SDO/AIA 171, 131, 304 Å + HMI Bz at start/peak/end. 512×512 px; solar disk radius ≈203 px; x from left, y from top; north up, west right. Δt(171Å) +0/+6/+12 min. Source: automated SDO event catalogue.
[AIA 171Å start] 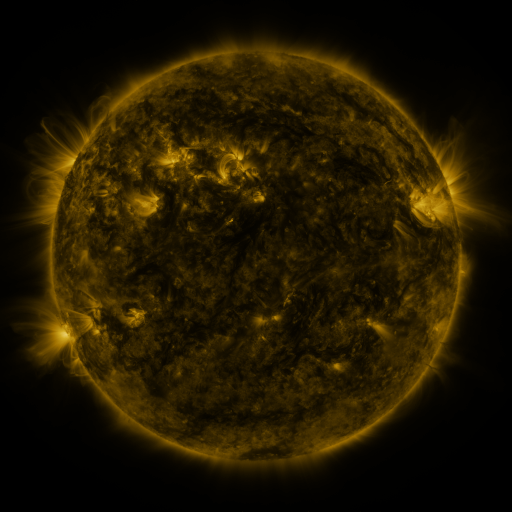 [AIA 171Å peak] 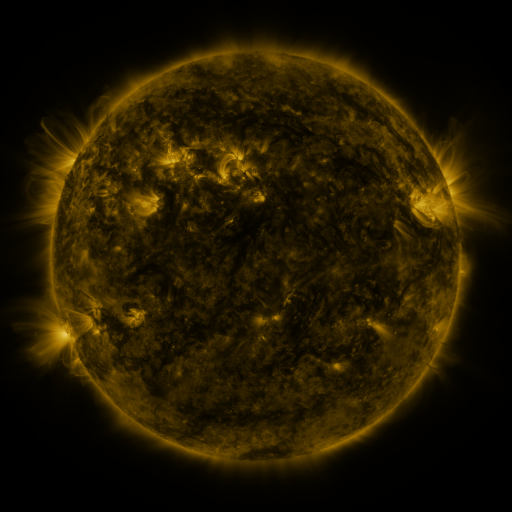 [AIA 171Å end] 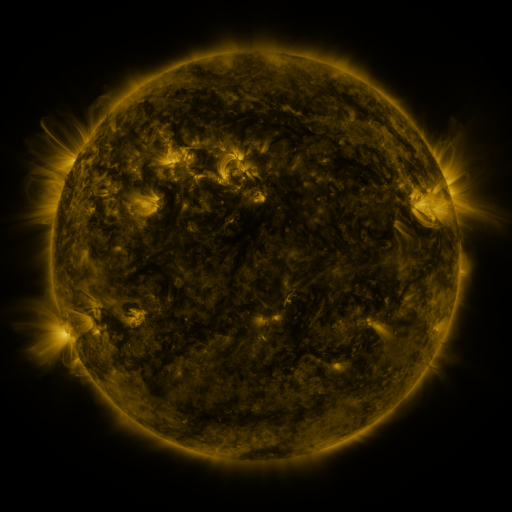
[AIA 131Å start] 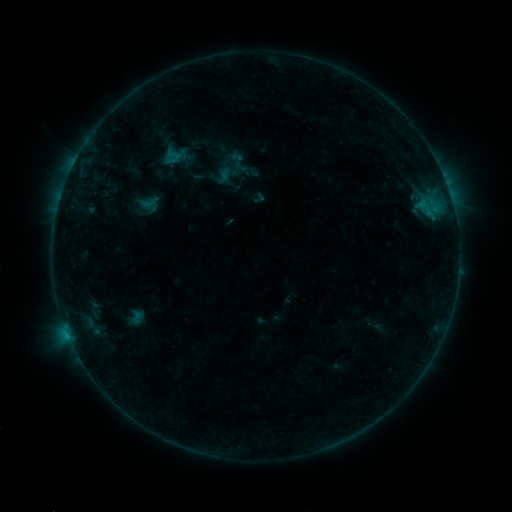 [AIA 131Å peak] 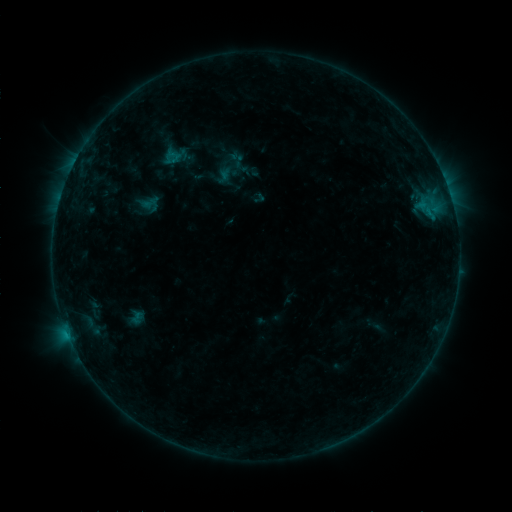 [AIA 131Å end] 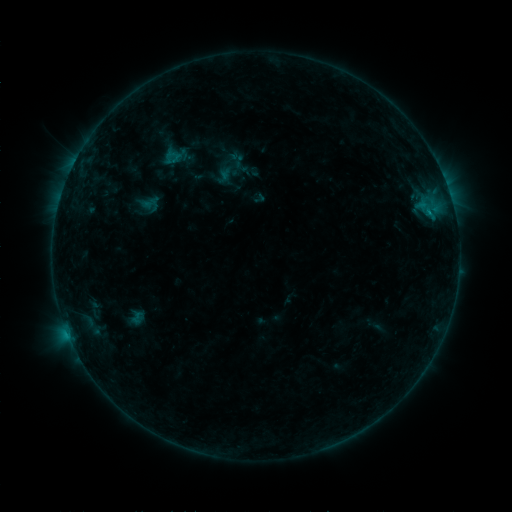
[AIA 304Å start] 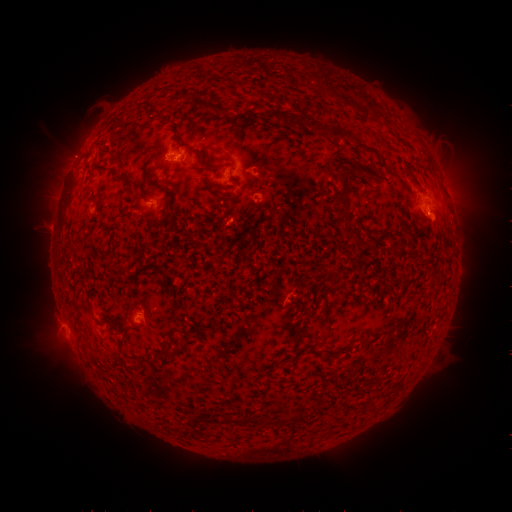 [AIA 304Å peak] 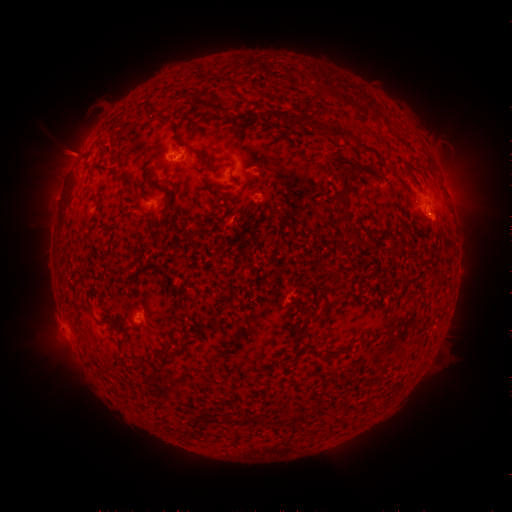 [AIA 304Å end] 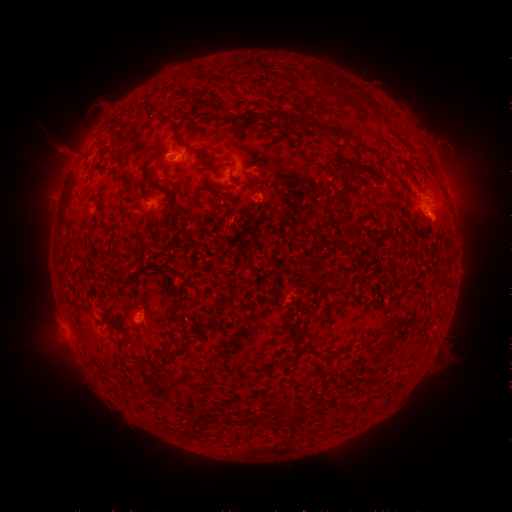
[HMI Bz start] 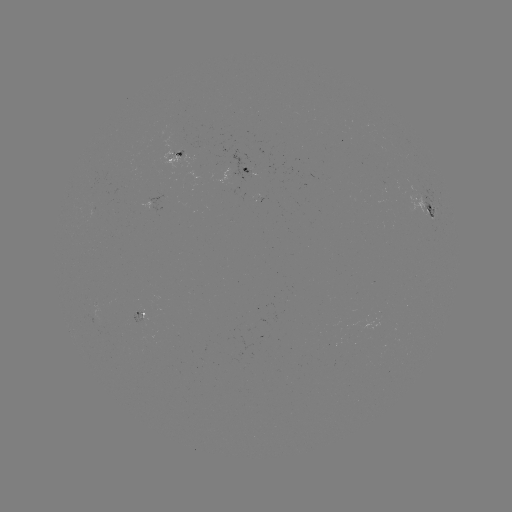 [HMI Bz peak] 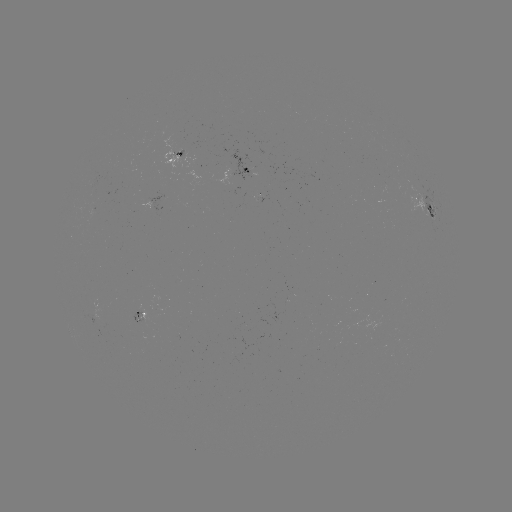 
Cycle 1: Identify eruption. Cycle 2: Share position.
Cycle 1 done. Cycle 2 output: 65,152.